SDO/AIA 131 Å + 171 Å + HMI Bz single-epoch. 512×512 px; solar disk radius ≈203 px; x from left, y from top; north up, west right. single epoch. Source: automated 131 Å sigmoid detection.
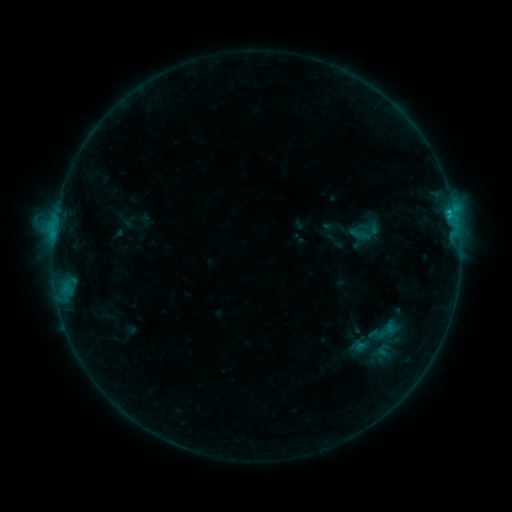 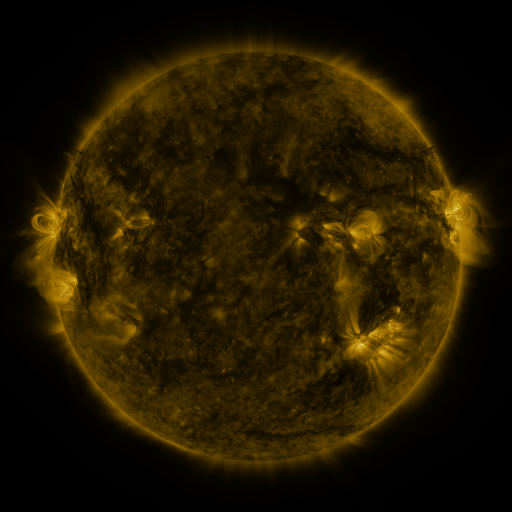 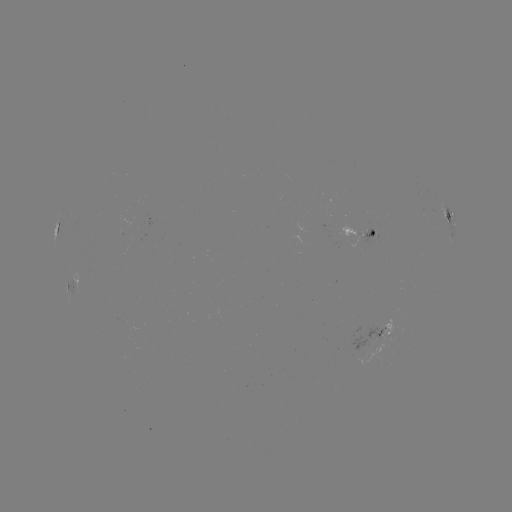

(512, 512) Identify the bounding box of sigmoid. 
[376, 321, 396, 341].